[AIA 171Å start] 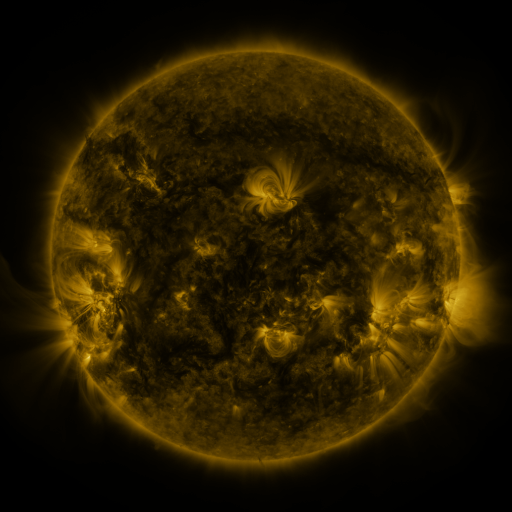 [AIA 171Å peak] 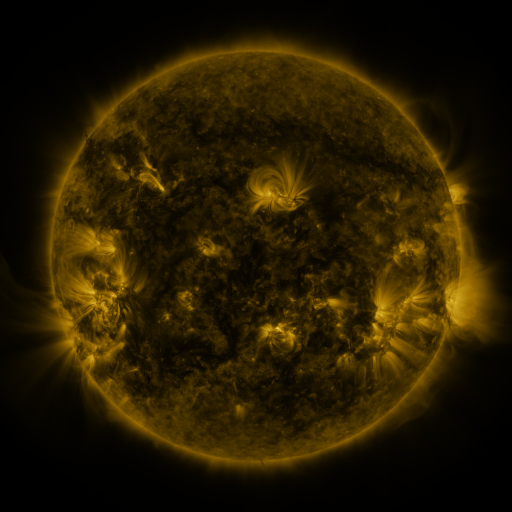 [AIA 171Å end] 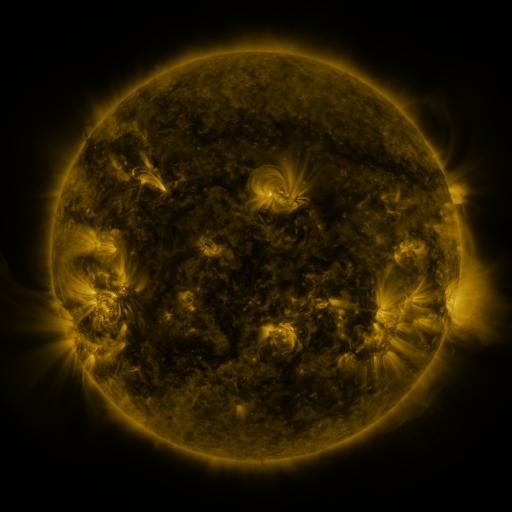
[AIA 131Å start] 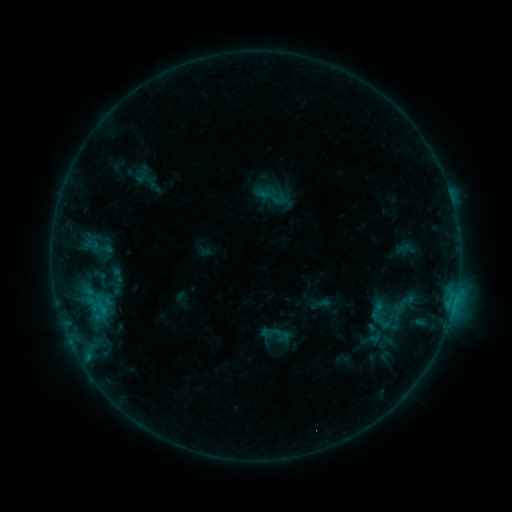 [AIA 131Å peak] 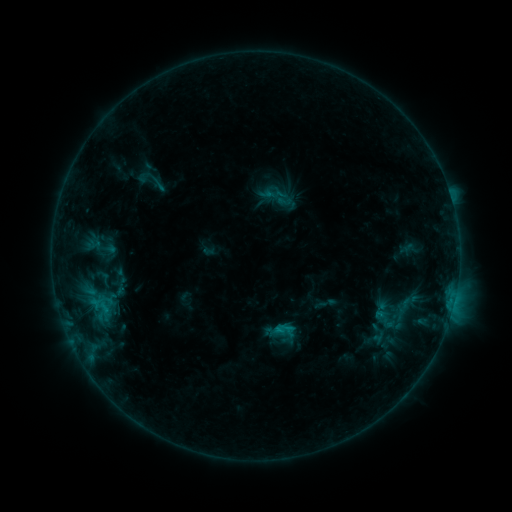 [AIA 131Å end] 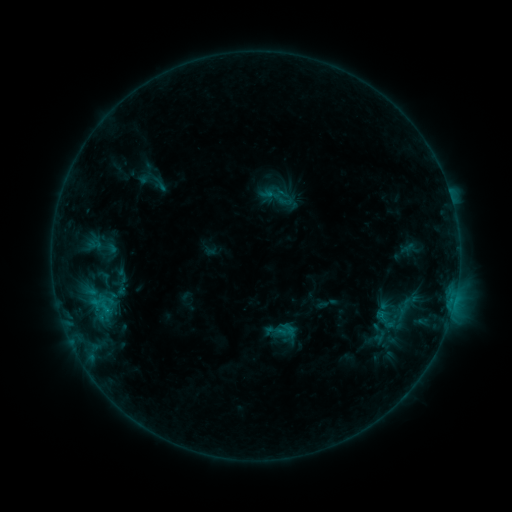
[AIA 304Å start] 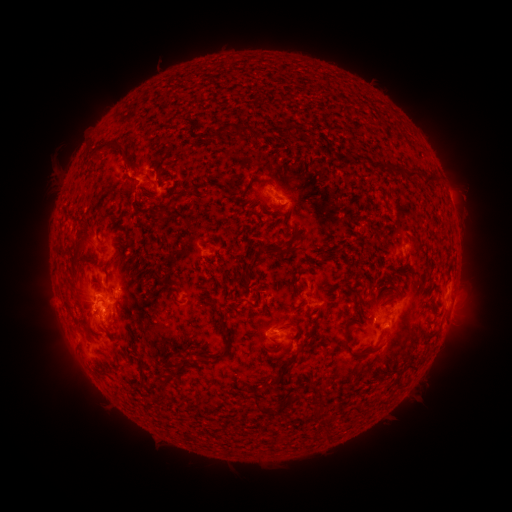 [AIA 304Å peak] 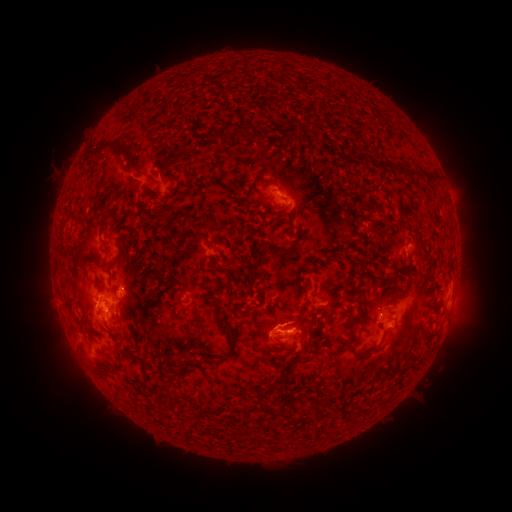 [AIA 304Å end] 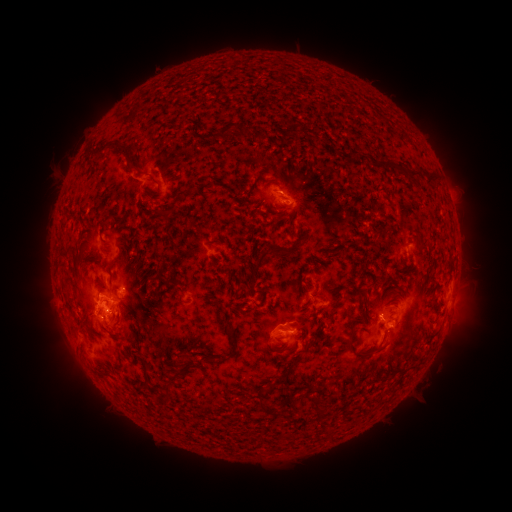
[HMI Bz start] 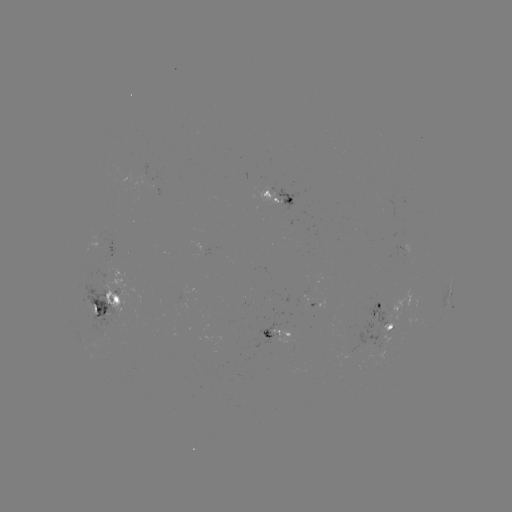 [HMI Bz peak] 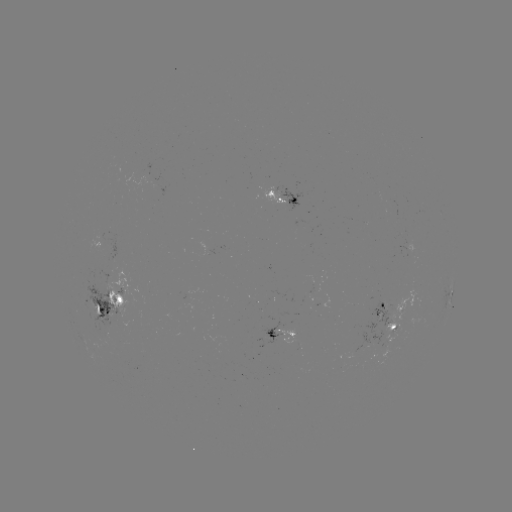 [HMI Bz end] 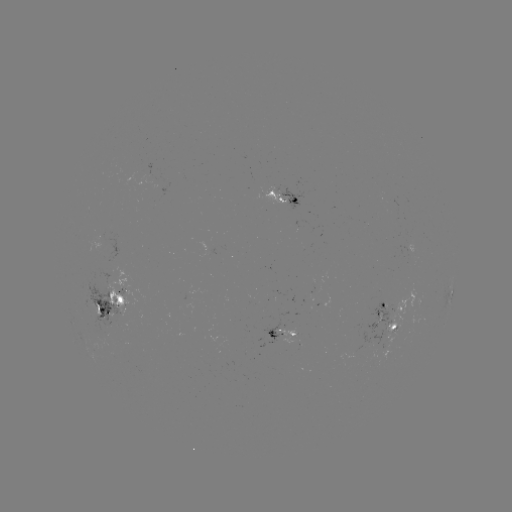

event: emerging-flux region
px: (88, 301)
